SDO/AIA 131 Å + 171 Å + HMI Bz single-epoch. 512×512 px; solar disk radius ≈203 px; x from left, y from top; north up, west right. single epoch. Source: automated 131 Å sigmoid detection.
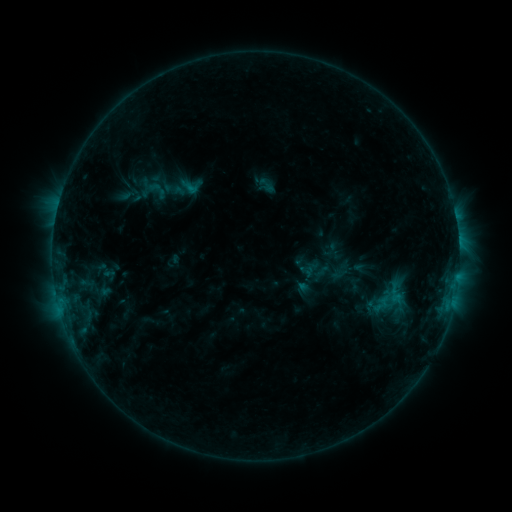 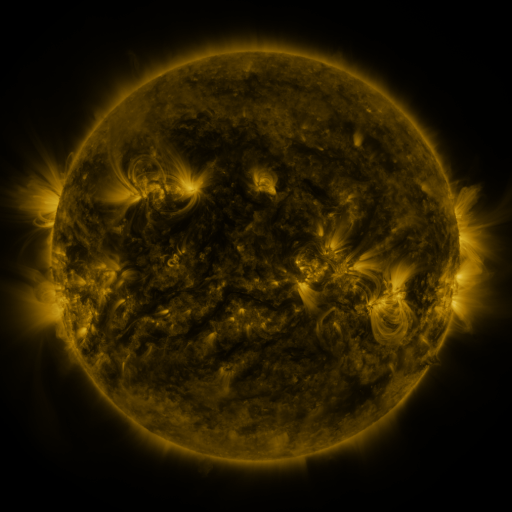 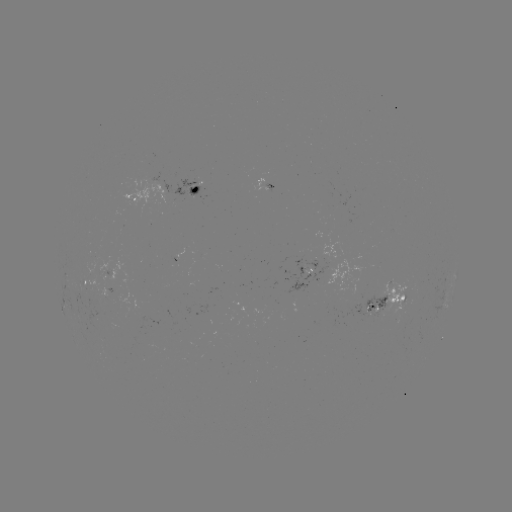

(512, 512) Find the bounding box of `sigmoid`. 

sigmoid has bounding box [313, 262, 331, 281].